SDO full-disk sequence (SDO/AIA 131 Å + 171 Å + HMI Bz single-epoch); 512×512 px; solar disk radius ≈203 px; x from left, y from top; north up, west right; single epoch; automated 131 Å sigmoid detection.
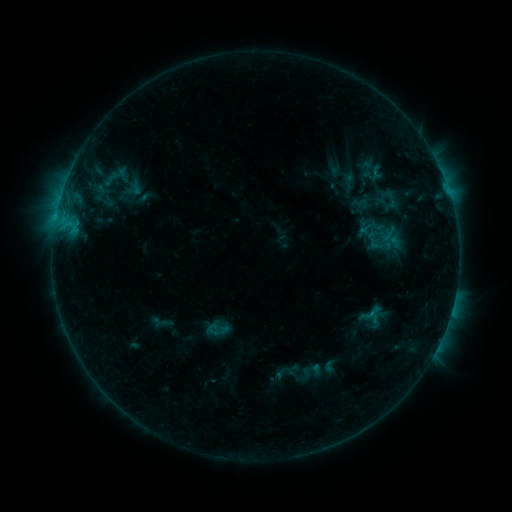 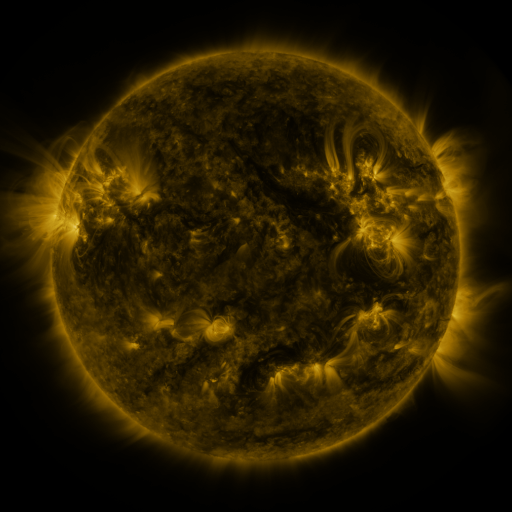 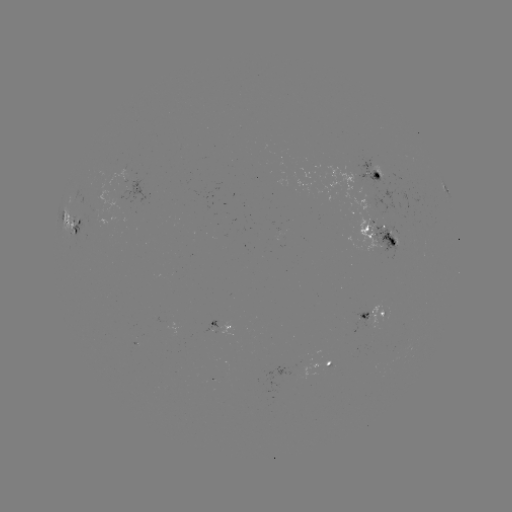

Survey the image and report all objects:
sigmoid: <bbox>376, 189, 405, 209</bbox>
sigmoid: <bbox>366, 305, 384, 323</bbox>
